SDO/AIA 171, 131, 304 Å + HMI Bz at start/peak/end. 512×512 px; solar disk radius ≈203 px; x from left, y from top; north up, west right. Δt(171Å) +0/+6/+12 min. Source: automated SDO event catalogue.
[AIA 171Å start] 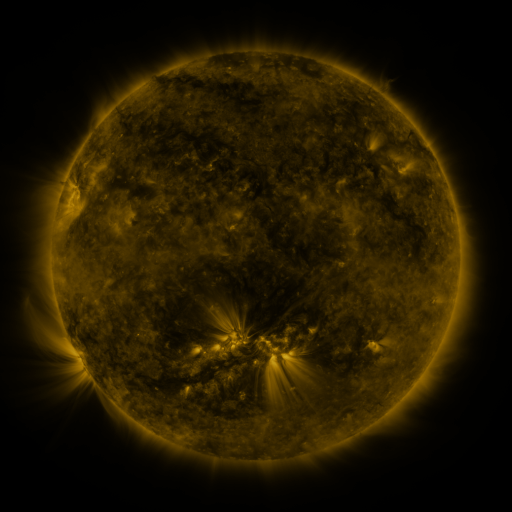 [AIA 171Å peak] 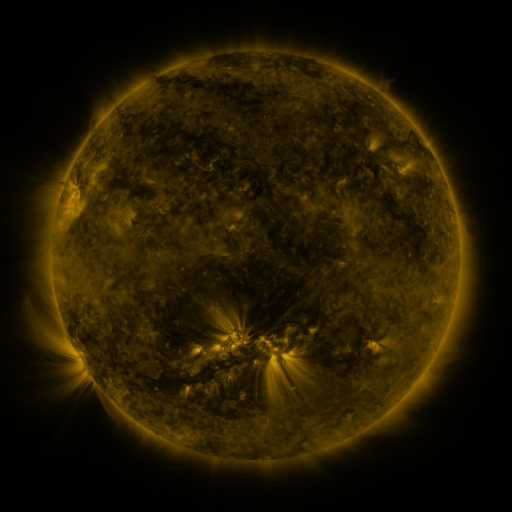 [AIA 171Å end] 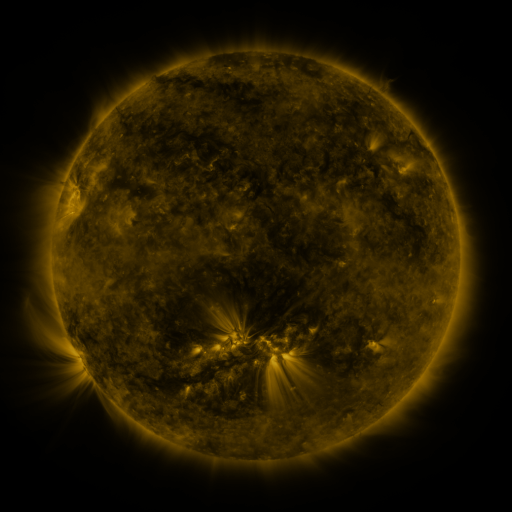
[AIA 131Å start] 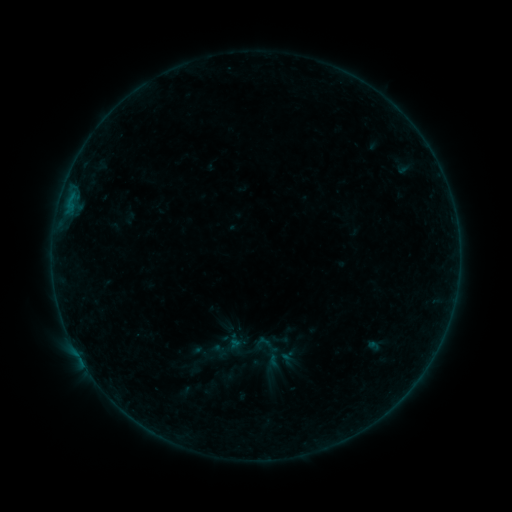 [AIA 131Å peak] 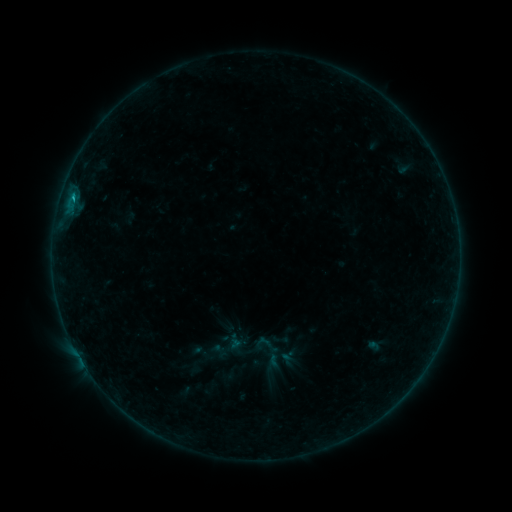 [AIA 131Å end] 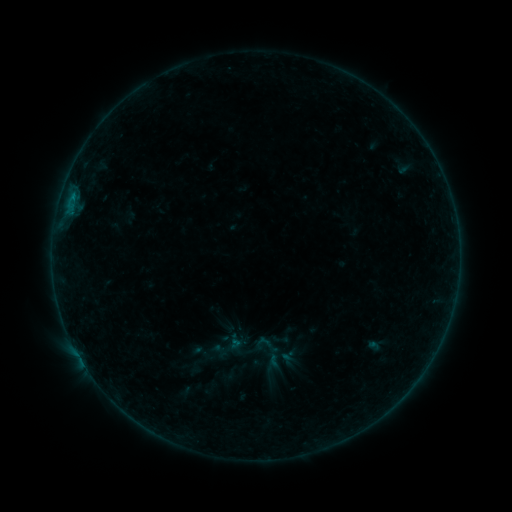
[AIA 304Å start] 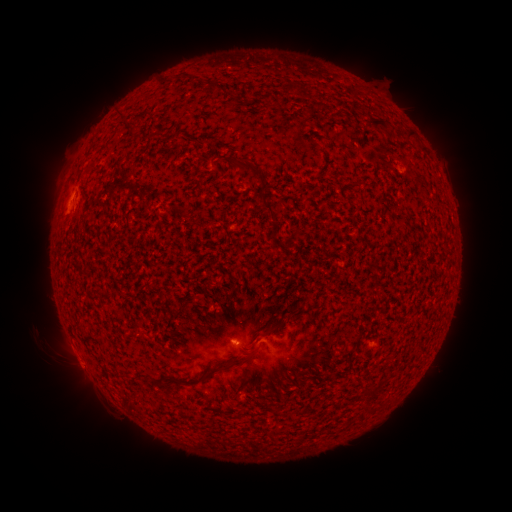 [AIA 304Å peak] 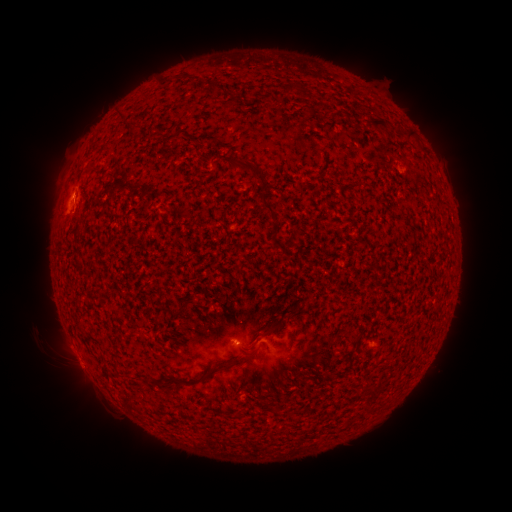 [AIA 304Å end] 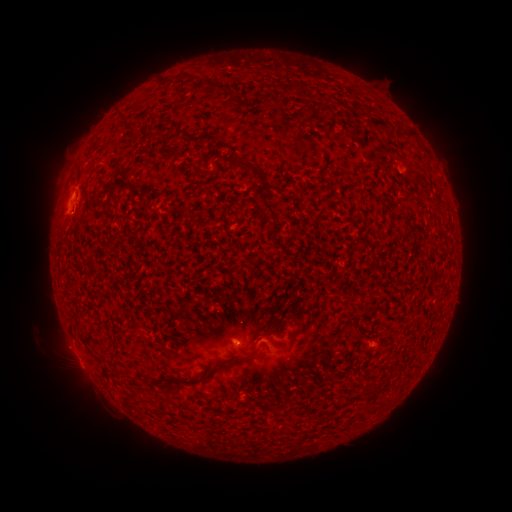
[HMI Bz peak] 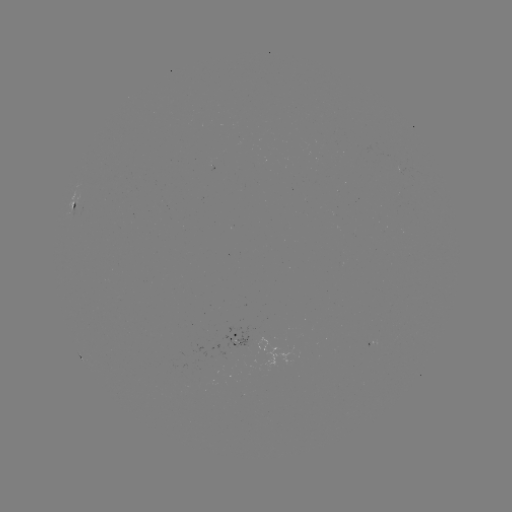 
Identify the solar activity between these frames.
B3.4 flare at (74, 196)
